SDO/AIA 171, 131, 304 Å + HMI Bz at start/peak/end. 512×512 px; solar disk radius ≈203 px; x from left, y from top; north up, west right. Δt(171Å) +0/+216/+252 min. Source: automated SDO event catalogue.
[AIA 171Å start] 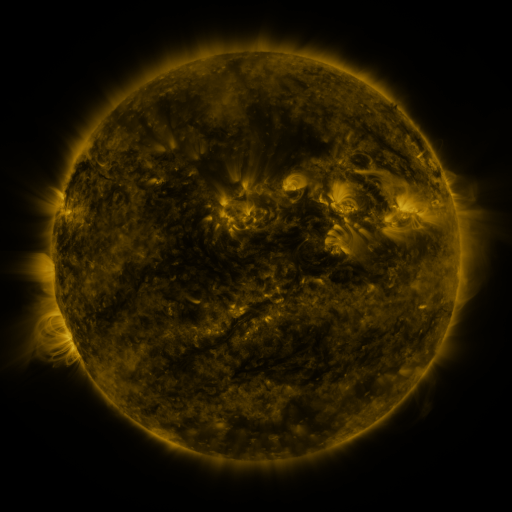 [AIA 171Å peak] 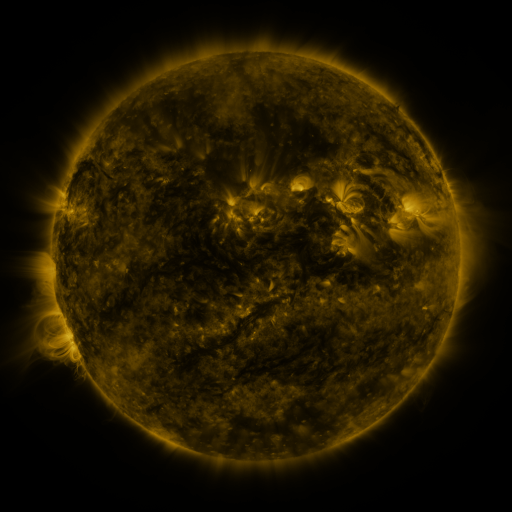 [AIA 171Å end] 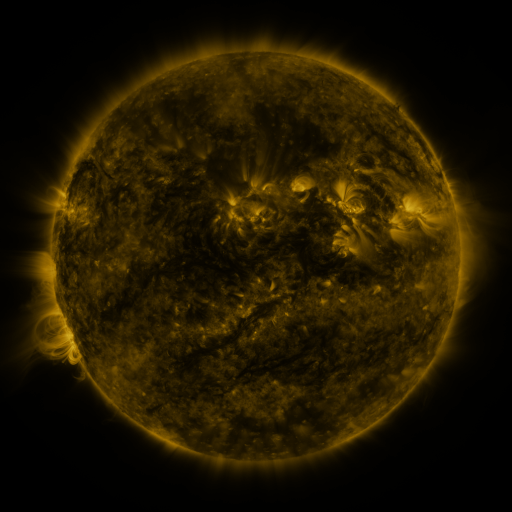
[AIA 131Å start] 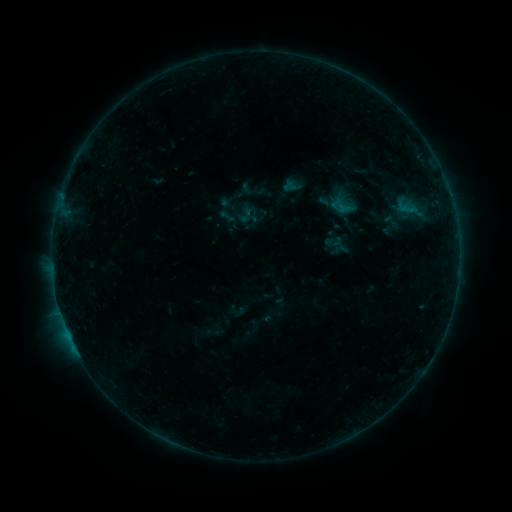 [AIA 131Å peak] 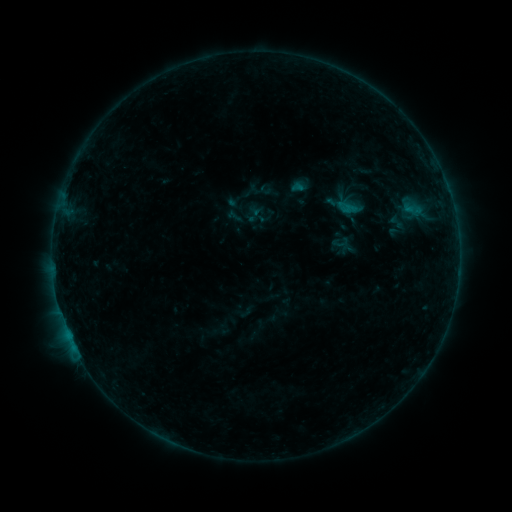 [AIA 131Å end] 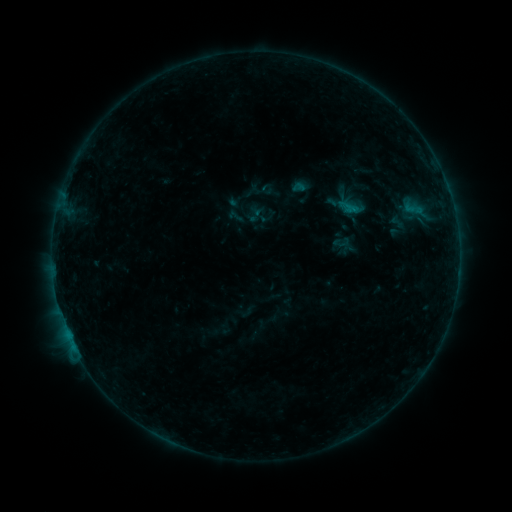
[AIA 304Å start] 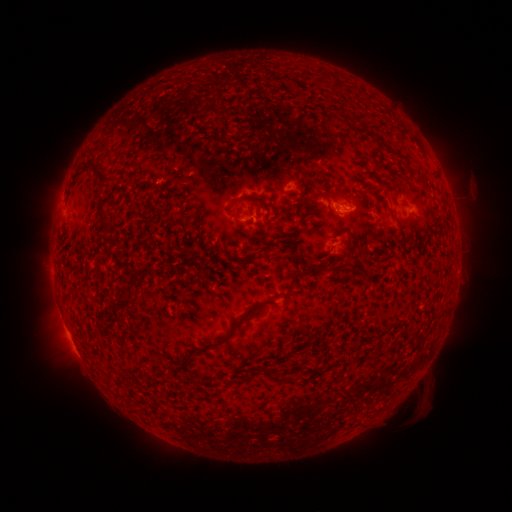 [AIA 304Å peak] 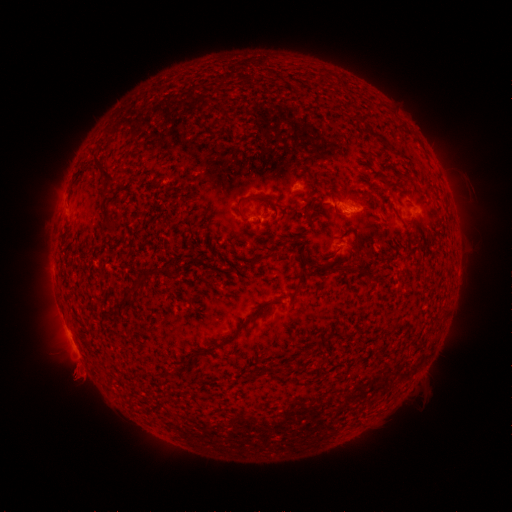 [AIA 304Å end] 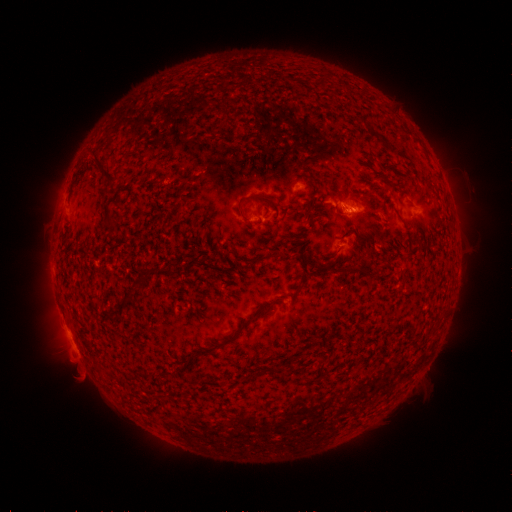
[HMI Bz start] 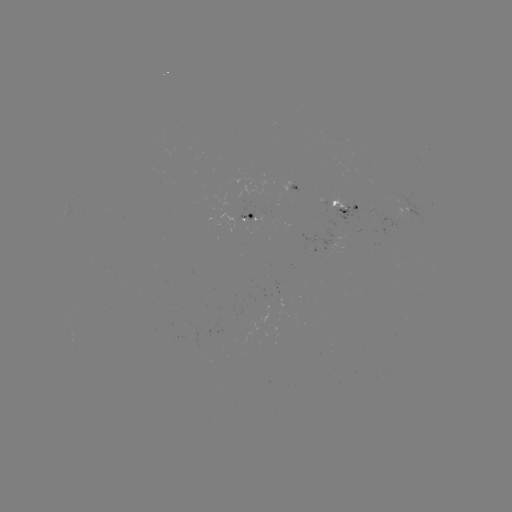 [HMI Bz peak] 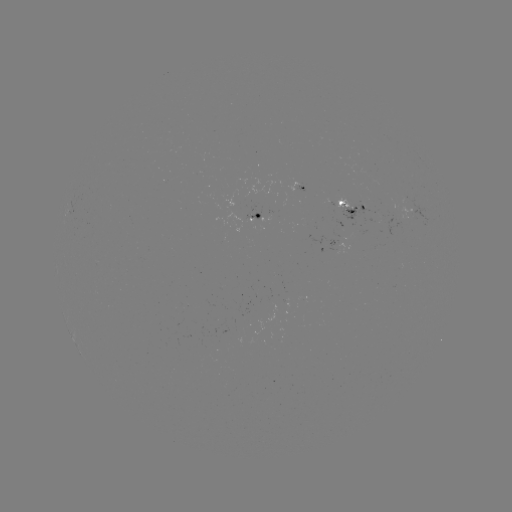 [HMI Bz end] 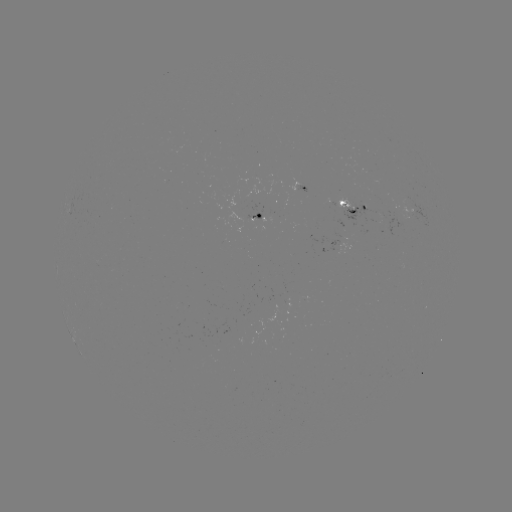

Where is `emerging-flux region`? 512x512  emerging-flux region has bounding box [334, 197, 360, 211].